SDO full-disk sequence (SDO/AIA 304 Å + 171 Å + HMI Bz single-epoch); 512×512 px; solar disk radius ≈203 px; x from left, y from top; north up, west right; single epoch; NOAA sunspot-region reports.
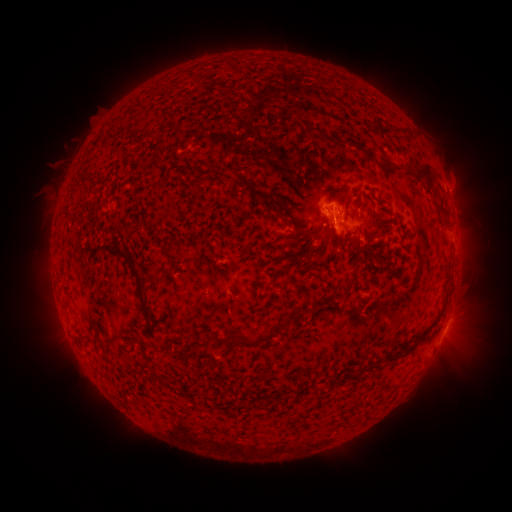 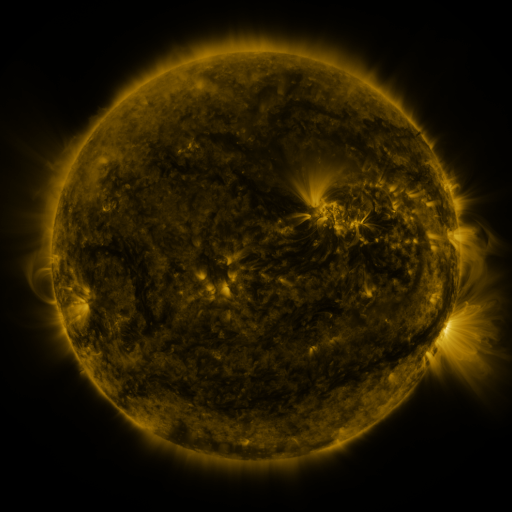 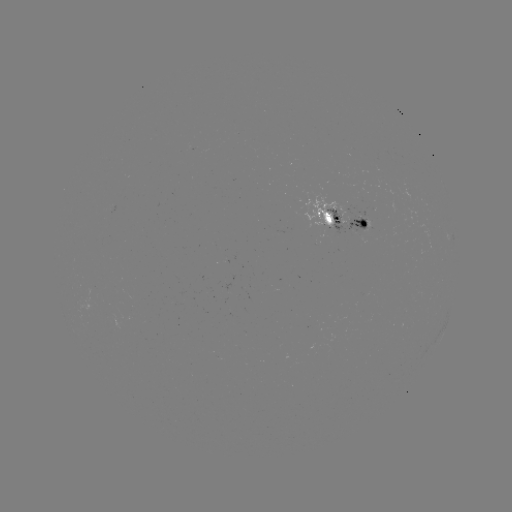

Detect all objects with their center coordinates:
spotted active region: (349, 219)
spotted active region: (446, 325)
